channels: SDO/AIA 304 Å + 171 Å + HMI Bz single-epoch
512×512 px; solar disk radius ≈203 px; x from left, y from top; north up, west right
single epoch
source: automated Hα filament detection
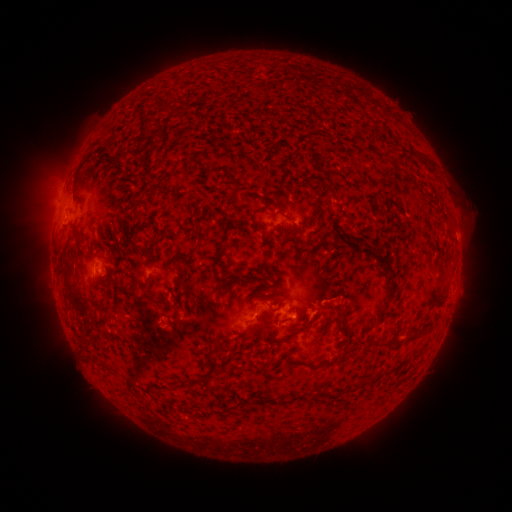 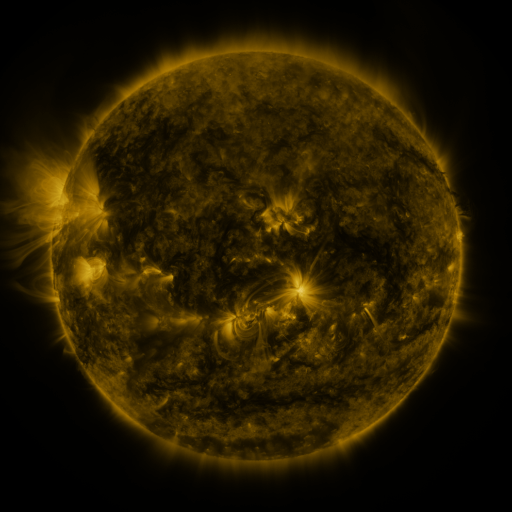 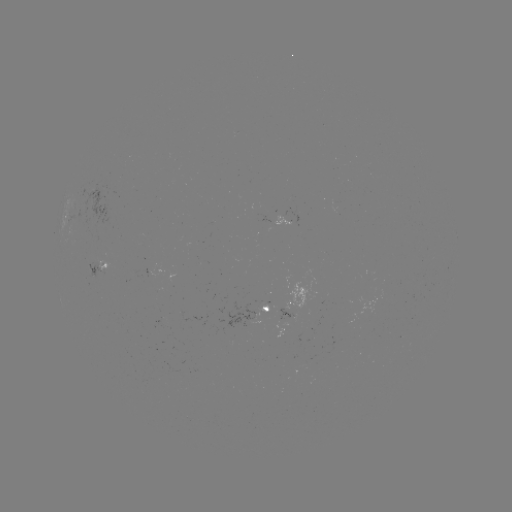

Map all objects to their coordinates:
filament: (162, 108)
filament: (141, 134)
filament: (419, 154)
filament: (388, 157)
filament: (110, 163)
filament: (141, 204)
filament: (198, 235)
filament: (75, 239)
filament: (293, 239)
filament: (137, 249)
filament: (221, 250)
filament: (185, 258)
filament: (388, 266)
filament: (247, 278)
filament: (225, 279)
filament: (182, 280)
filament: (72, 294)
filament: (315, 315)
filament: (425, 330)
filament: (409, 336)
filament: (278, 341)
filament: (392, 342)
filament: (220, 348)
filament: (313, 366)
